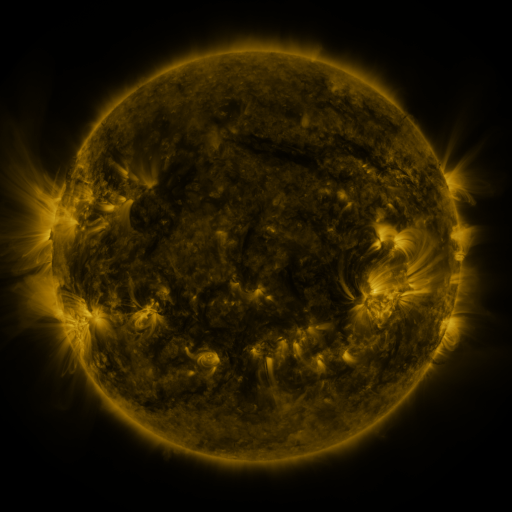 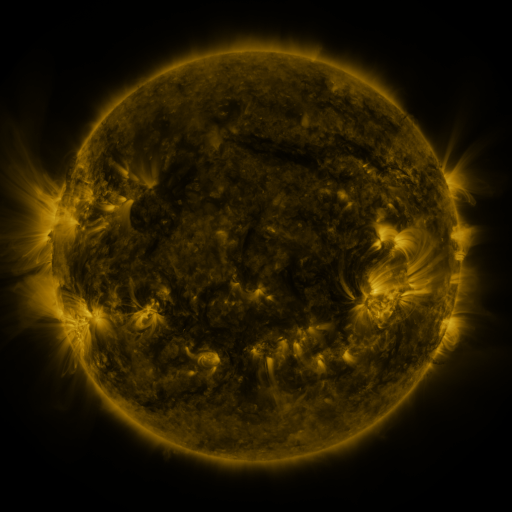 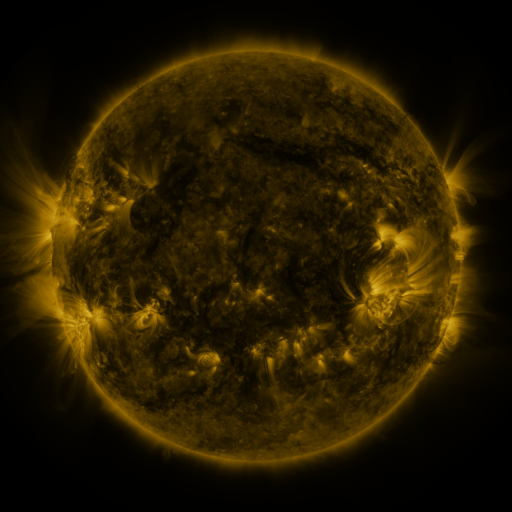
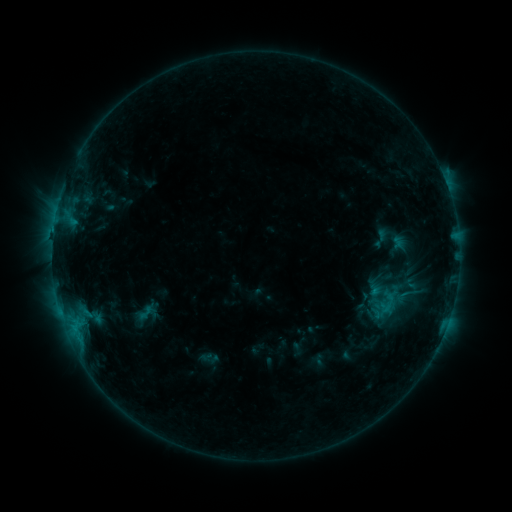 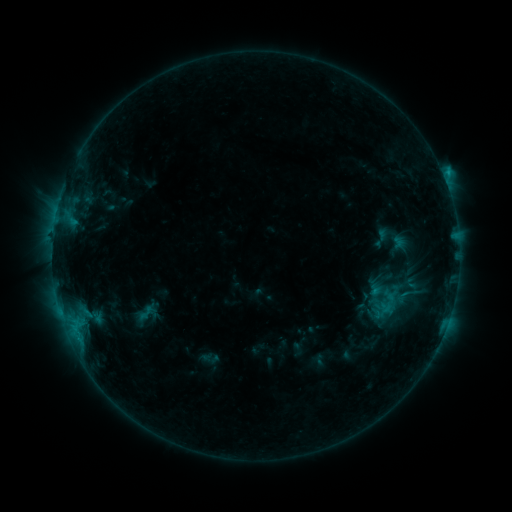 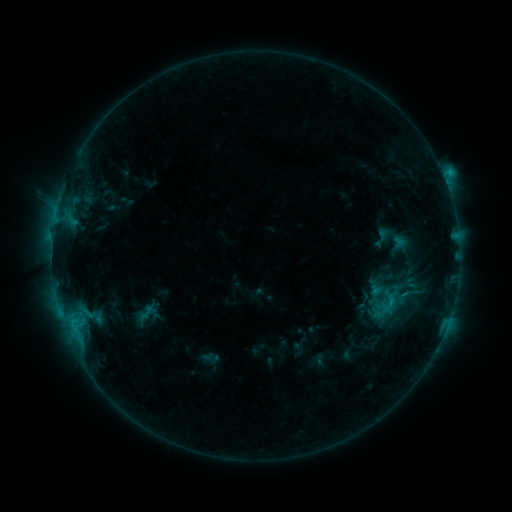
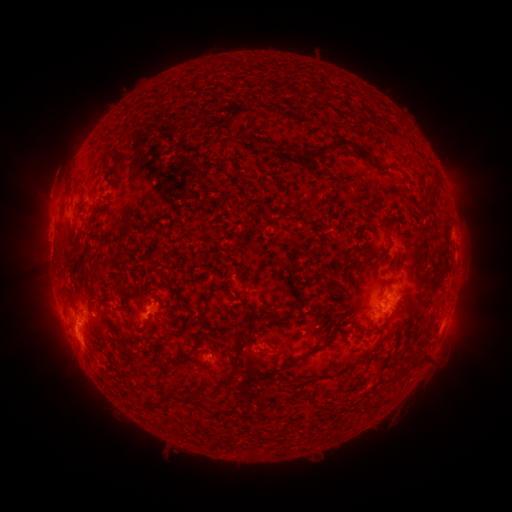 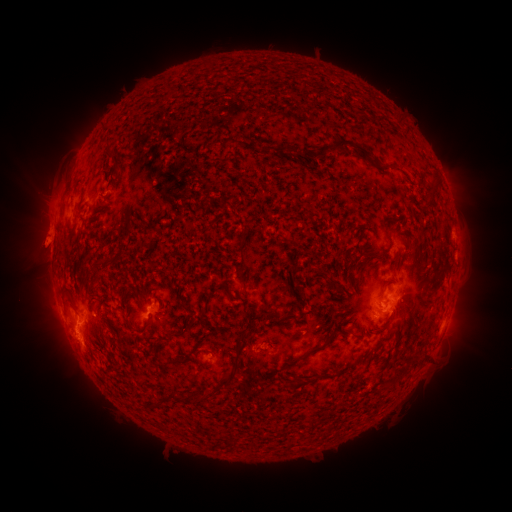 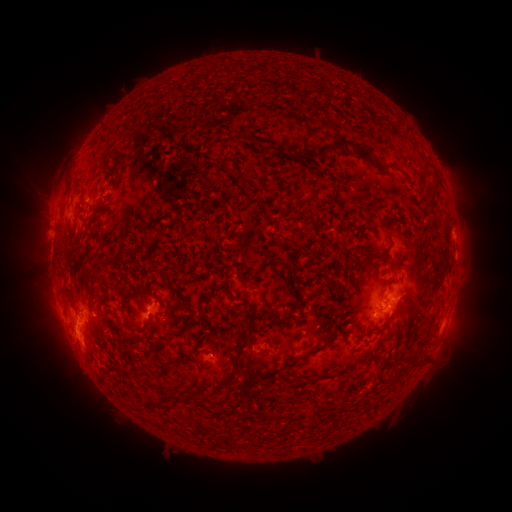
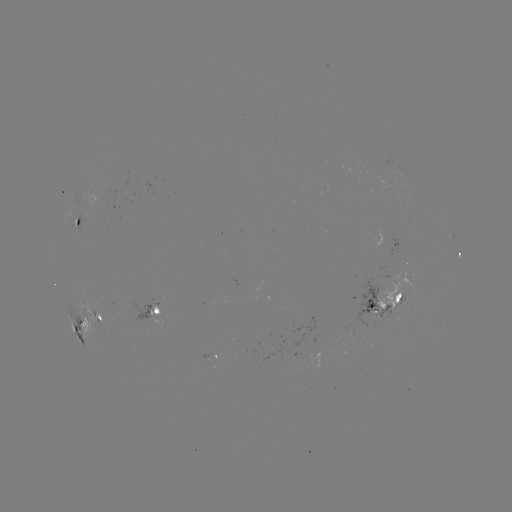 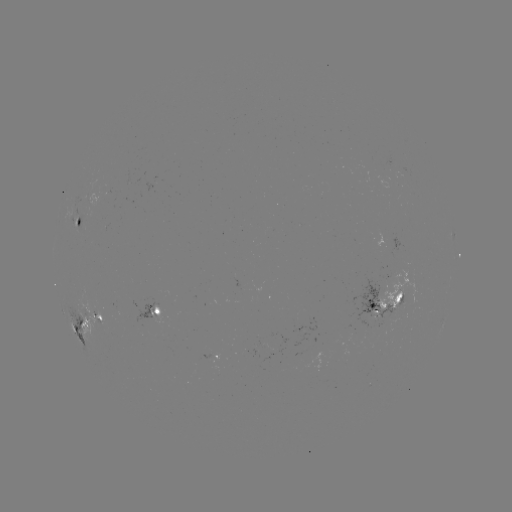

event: eruption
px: (44, 241)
